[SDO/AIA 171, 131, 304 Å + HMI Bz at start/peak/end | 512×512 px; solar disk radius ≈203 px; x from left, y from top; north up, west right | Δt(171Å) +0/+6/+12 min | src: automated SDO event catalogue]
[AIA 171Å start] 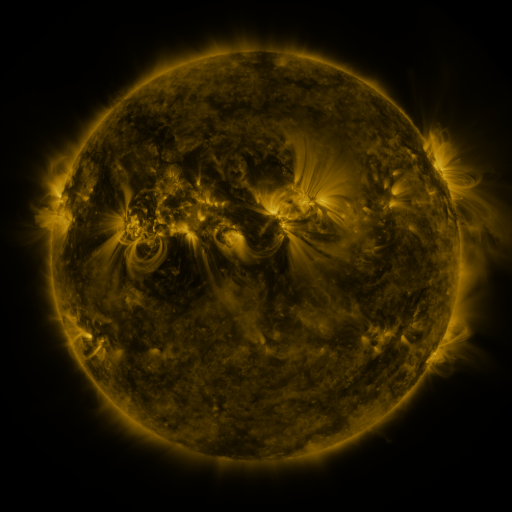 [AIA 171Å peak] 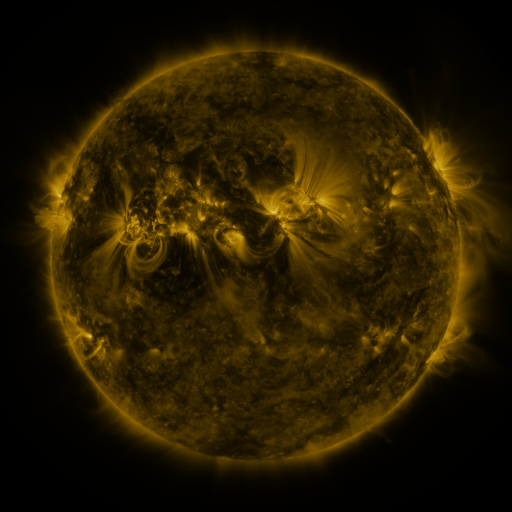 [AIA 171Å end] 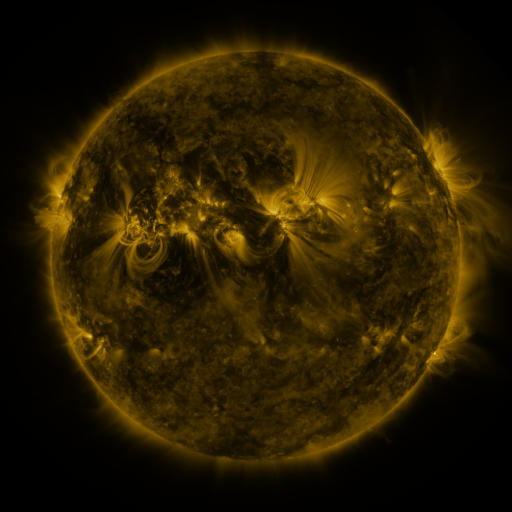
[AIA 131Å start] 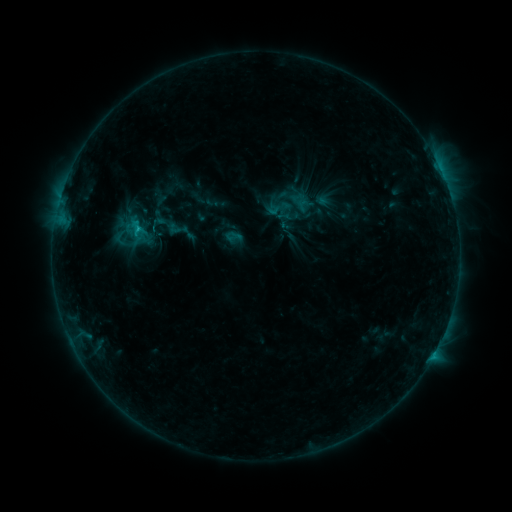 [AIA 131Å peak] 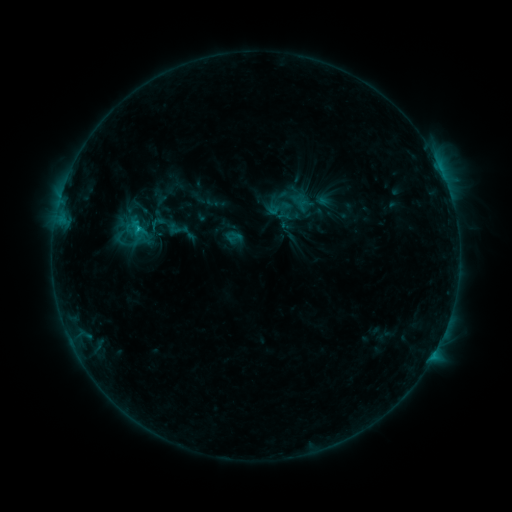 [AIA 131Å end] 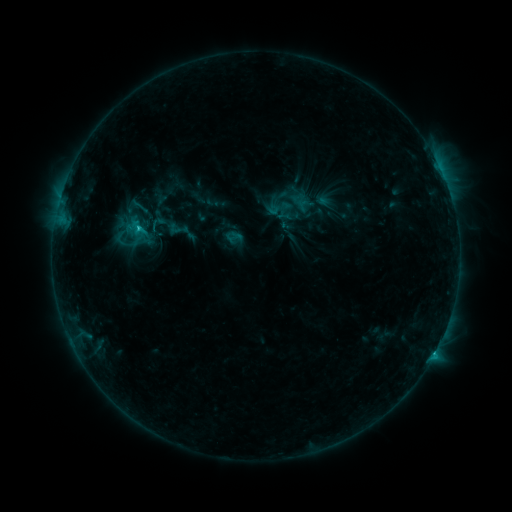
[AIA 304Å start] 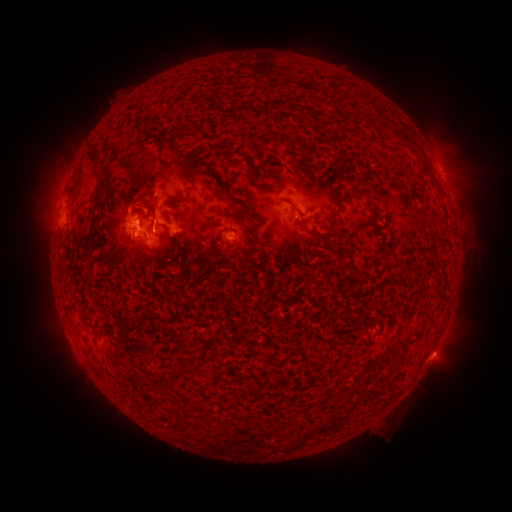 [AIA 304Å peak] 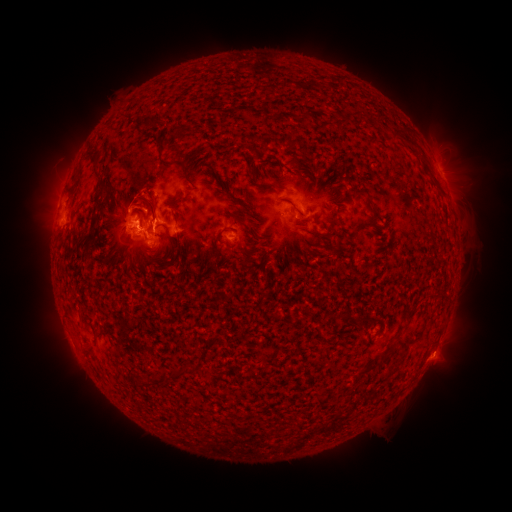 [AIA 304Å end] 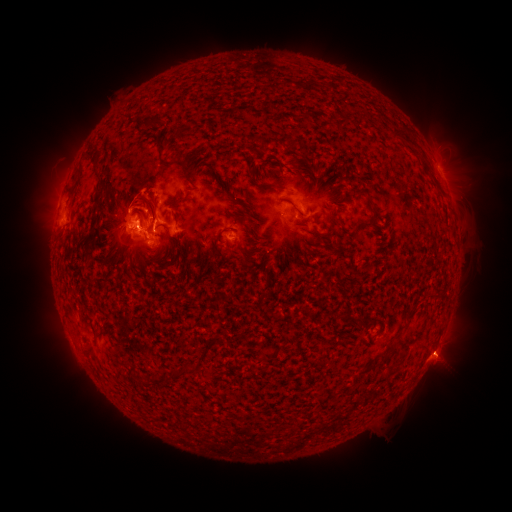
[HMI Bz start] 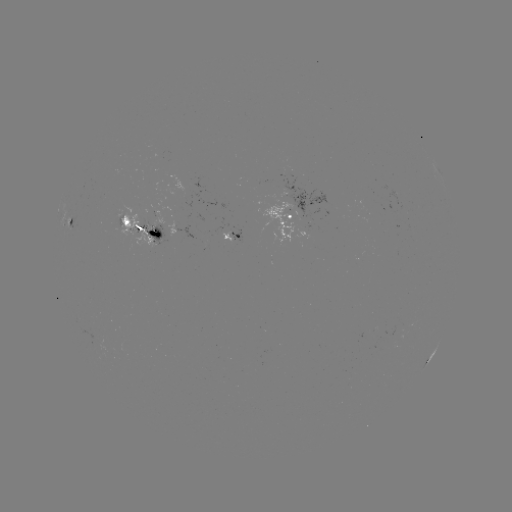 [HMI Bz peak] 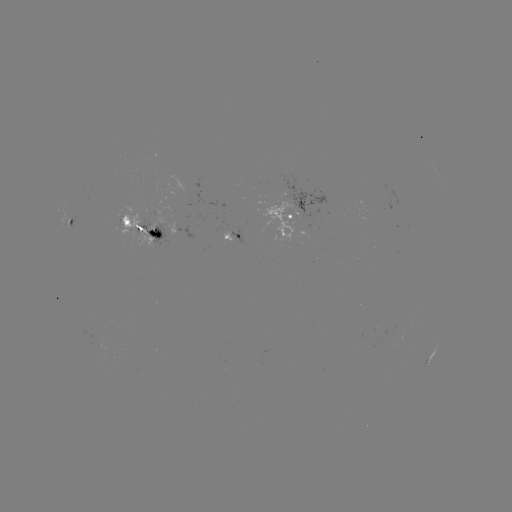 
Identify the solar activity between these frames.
eruption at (443, 355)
